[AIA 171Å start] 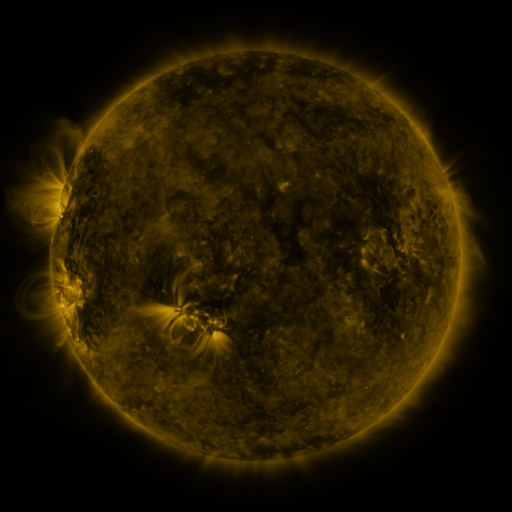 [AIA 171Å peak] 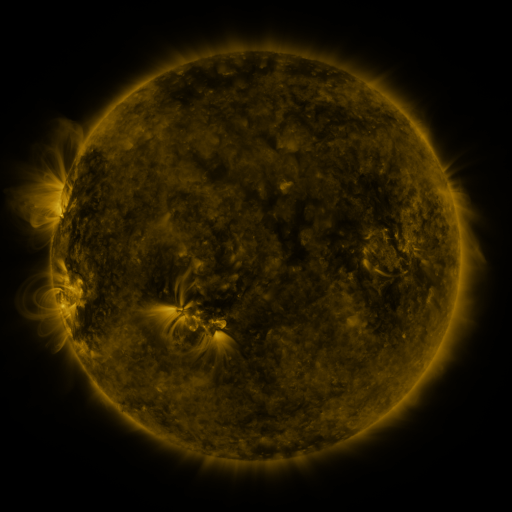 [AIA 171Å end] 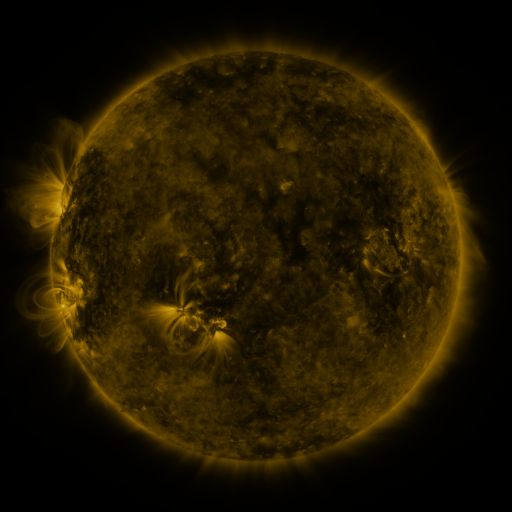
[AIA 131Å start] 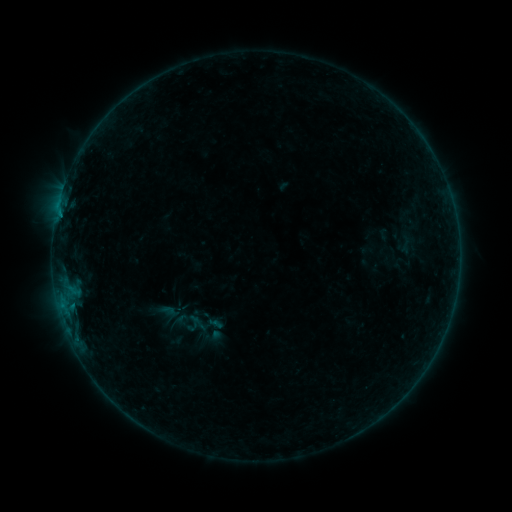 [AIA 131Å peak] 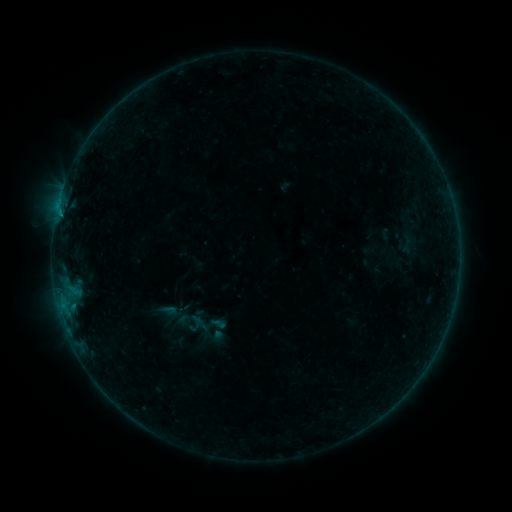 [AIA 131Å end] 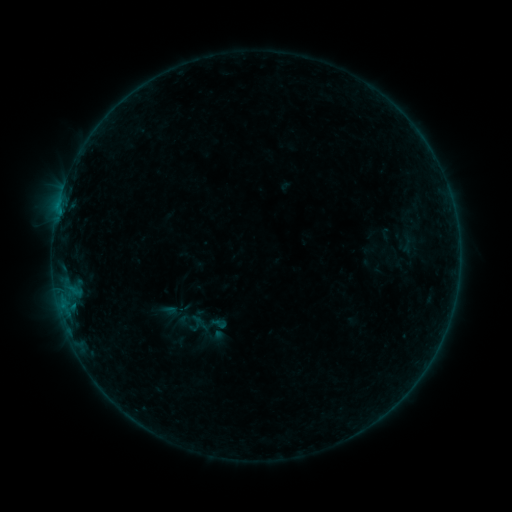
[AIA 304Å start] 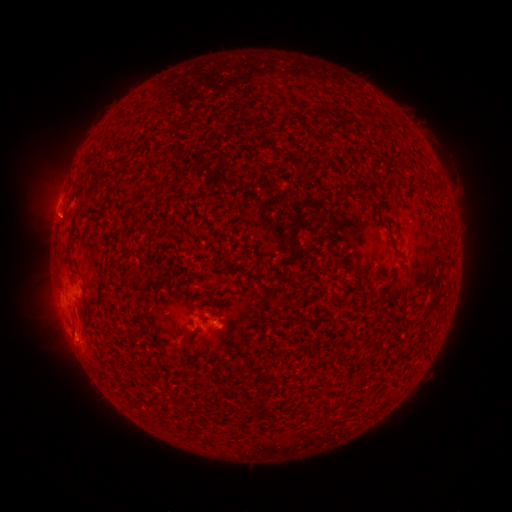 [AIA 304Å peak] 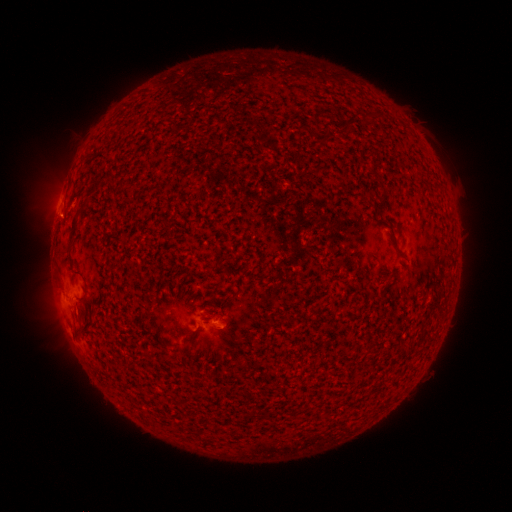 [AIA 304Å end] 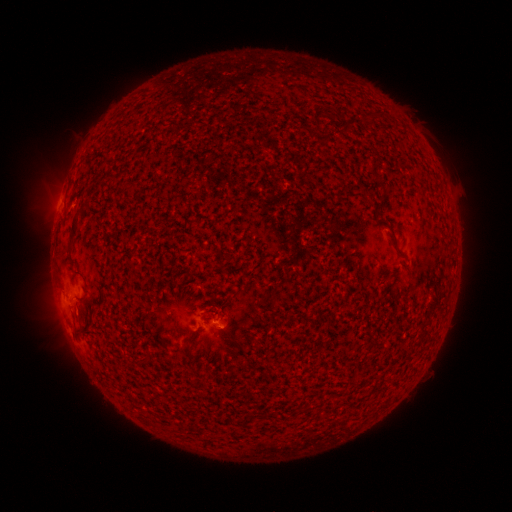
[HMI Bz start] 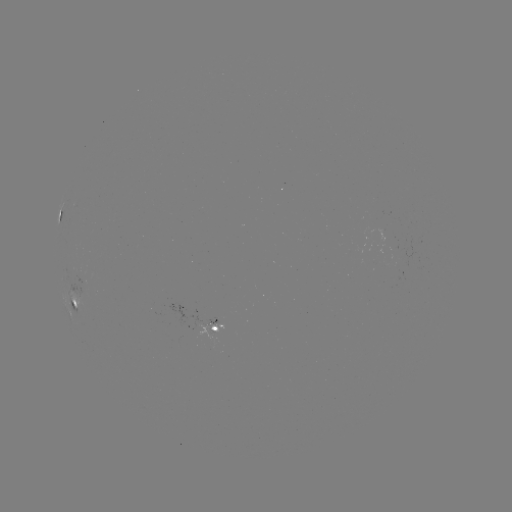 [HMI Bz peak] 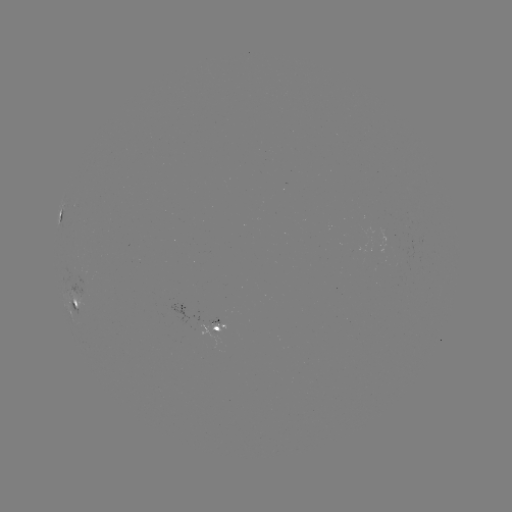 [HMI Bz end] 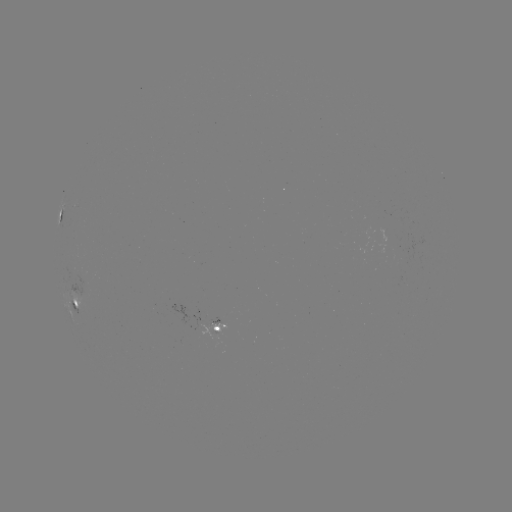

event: emerging-flux region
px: (202, 329)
